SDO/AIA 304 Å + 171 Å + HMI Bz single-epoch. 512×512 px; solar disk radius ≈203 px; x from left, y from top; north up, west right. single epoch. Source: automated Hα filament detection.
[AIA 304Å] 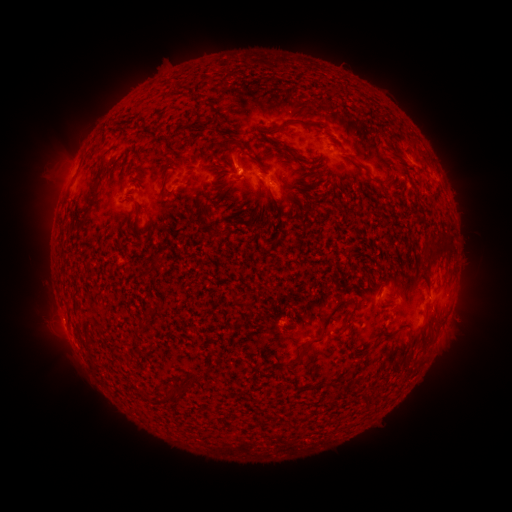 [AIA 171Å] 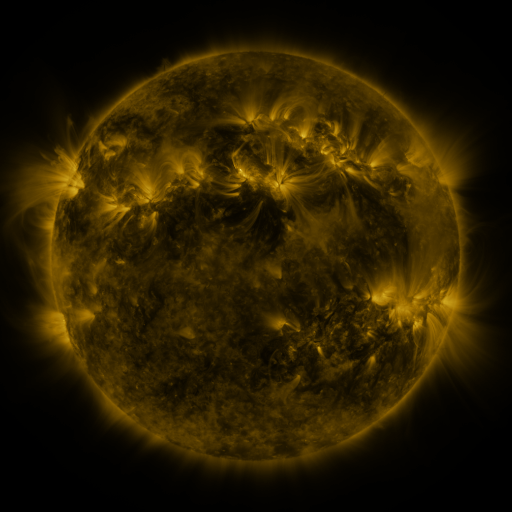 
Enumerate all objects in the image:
filament: (274, 120, 297, 132)
filament: (223, 139, 244, 150)
filament: (278, 146, 291, 154)
filament: (357, 164, 371, 176)
filament: (75, 176, 101, 222)
filament: (257, 178, 282, 214)
filament: (278, 180, 287, 189)
filament: (136, 227, 150, 234)
filament: (423, 245, 451, 265)
filament: (389, 280, 398, 291)
filament: (318, 301, 348, 333)
filament: (342, 313, 353, 329)
filament: (72, 319, 82, 340)
filament: (308, 338, 322, 345)
filament: (287, 344, 307, 366)
filament: (189, 372, 202, 384)
filament: (167, 385, 179, 400)
